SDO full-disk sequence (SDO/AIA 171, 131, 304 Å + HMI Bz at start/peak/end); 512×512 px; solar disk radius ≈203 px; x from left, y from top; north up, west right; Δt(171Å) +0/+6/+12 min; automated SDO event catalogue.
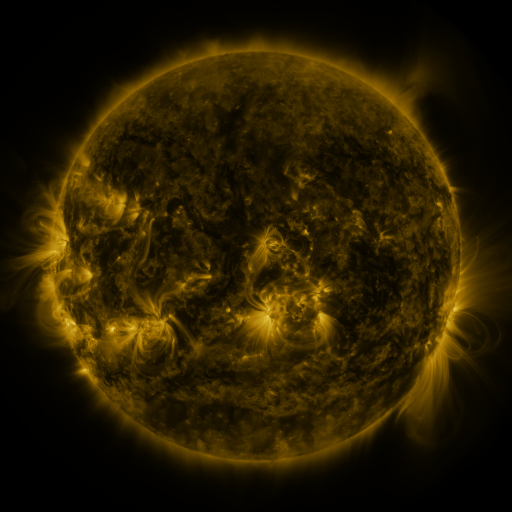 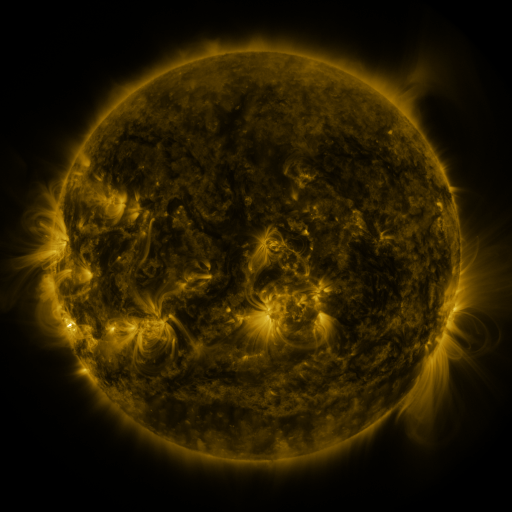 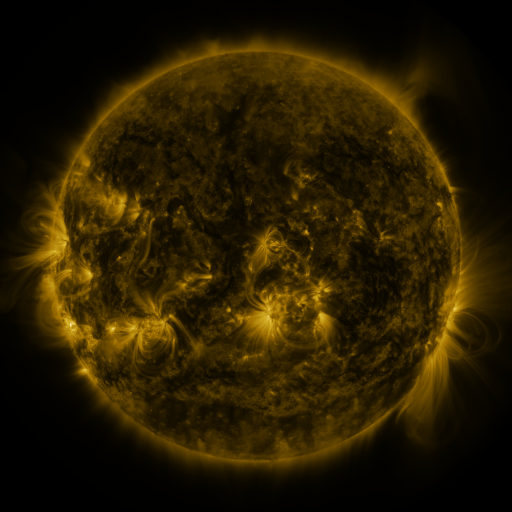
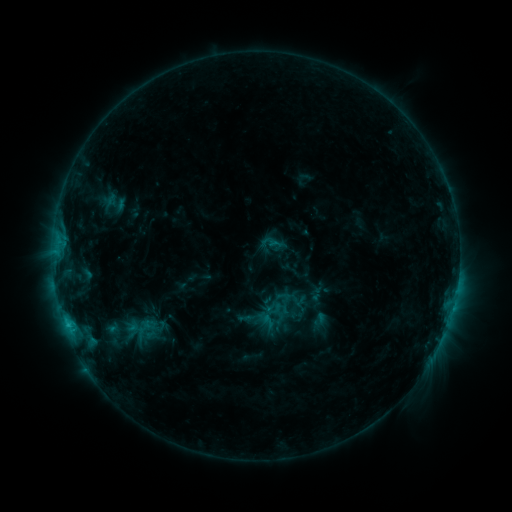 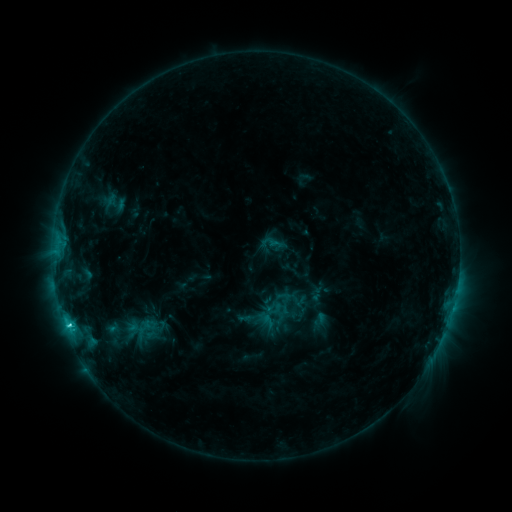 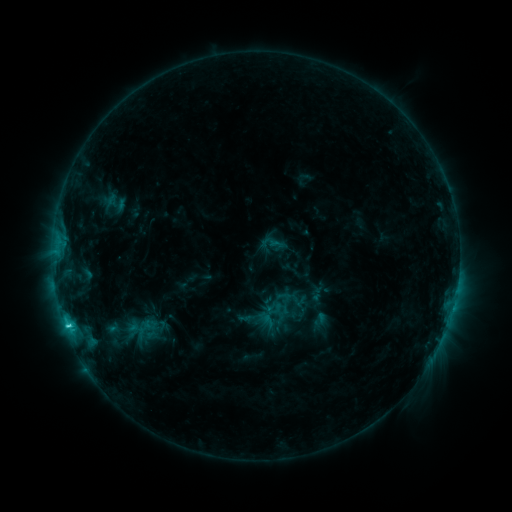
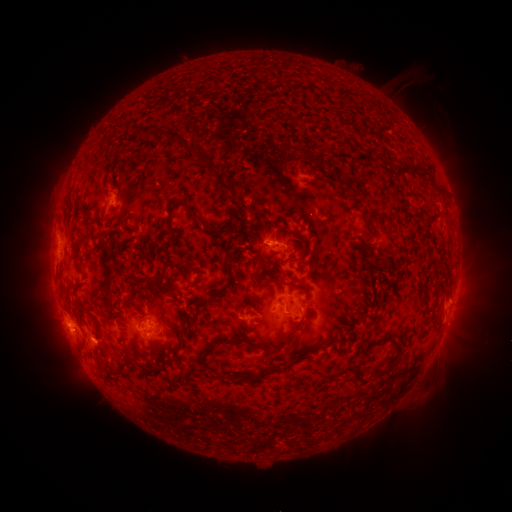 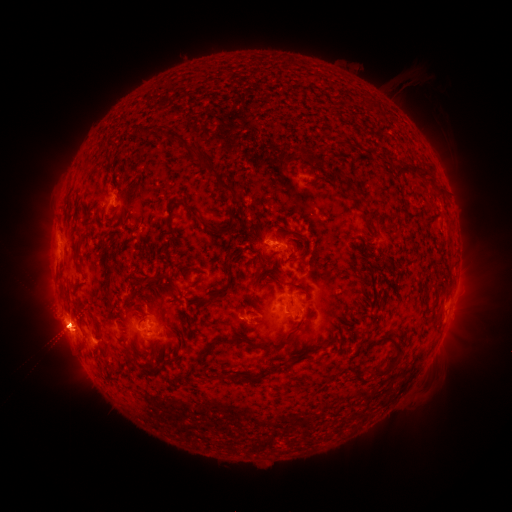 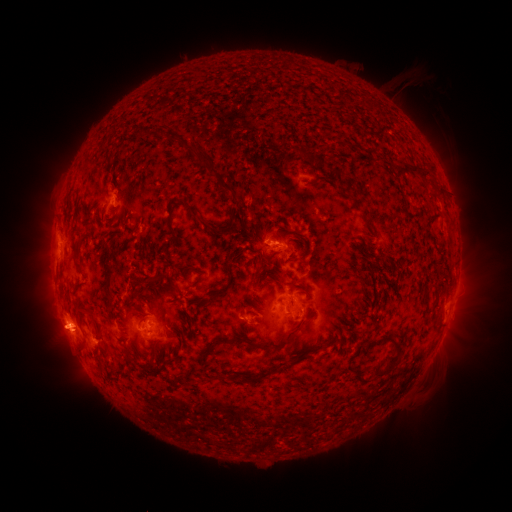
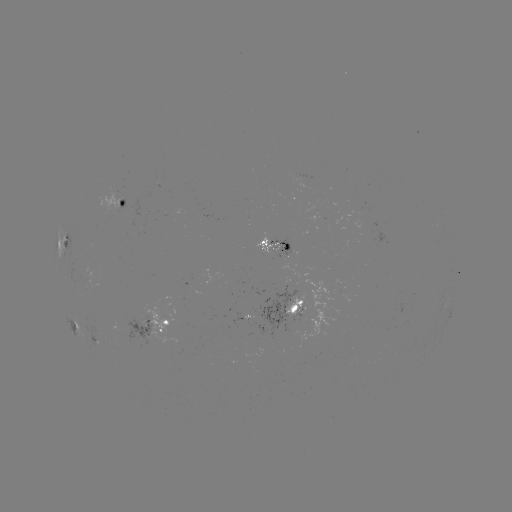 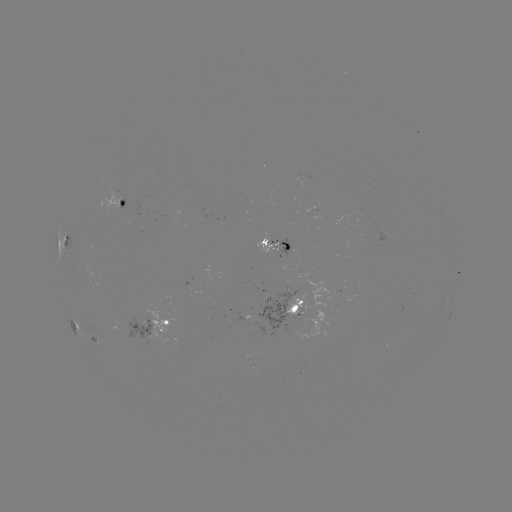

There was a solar flare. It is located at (68, 323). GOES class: C3.2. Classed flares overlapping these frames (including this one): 1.